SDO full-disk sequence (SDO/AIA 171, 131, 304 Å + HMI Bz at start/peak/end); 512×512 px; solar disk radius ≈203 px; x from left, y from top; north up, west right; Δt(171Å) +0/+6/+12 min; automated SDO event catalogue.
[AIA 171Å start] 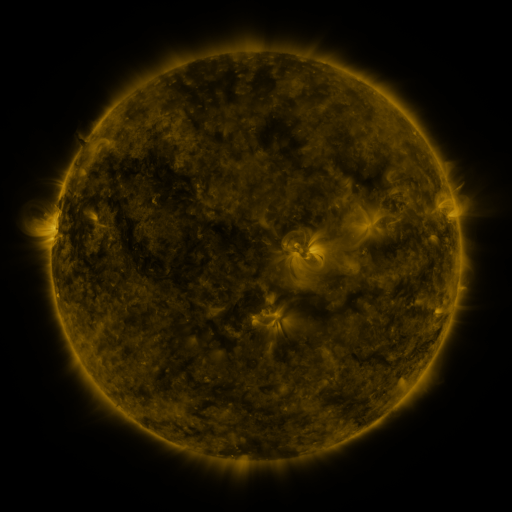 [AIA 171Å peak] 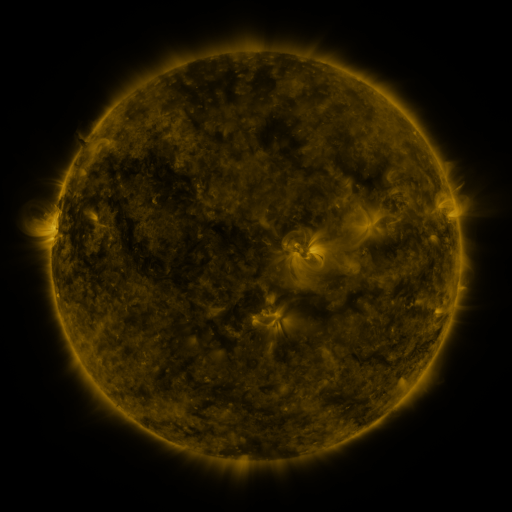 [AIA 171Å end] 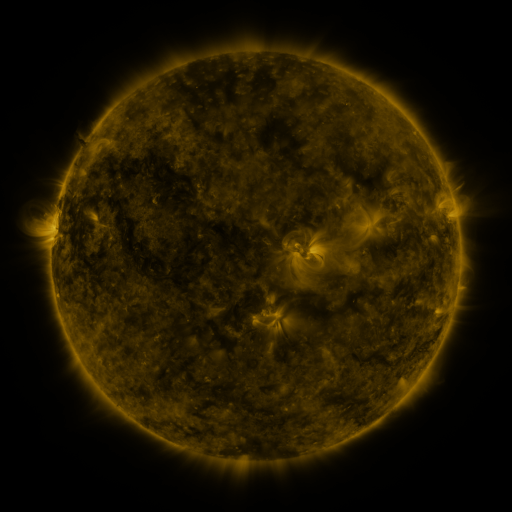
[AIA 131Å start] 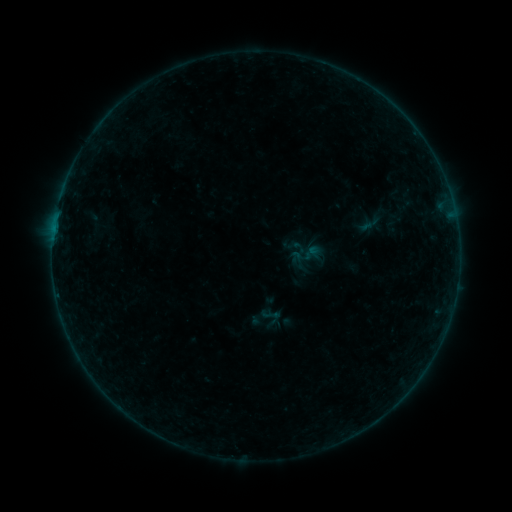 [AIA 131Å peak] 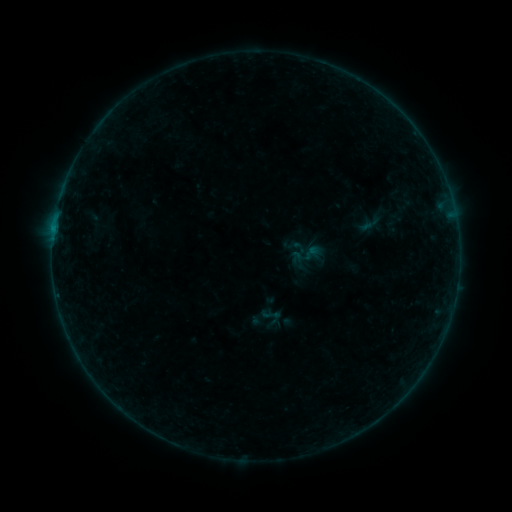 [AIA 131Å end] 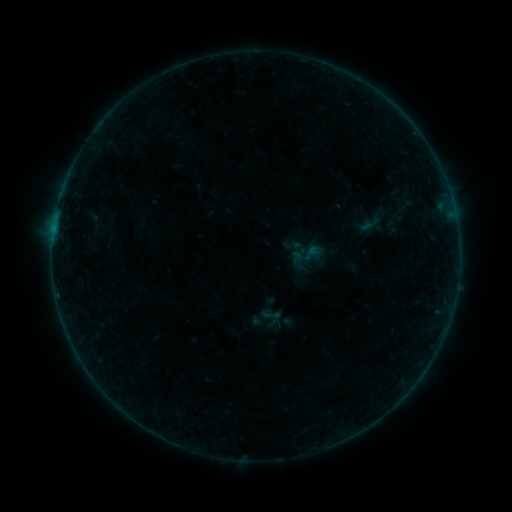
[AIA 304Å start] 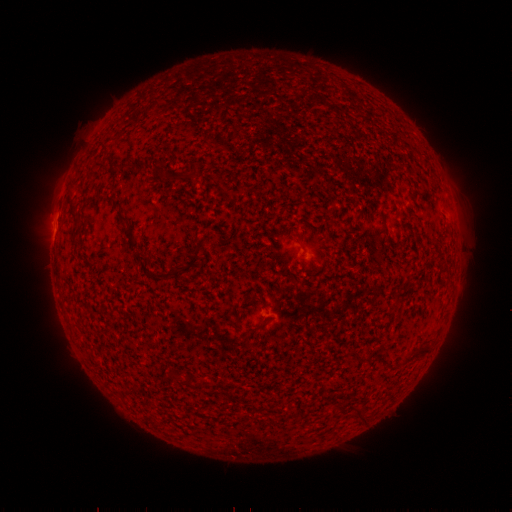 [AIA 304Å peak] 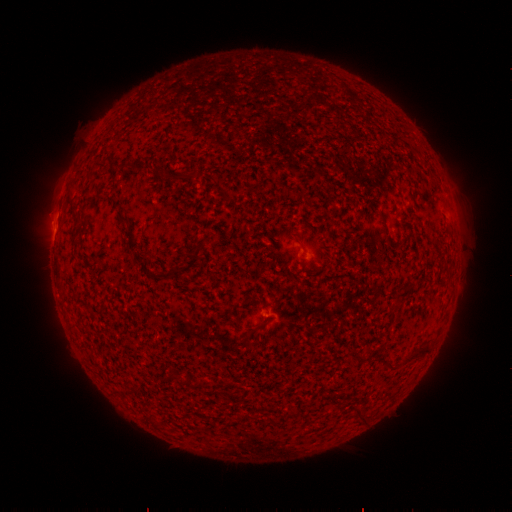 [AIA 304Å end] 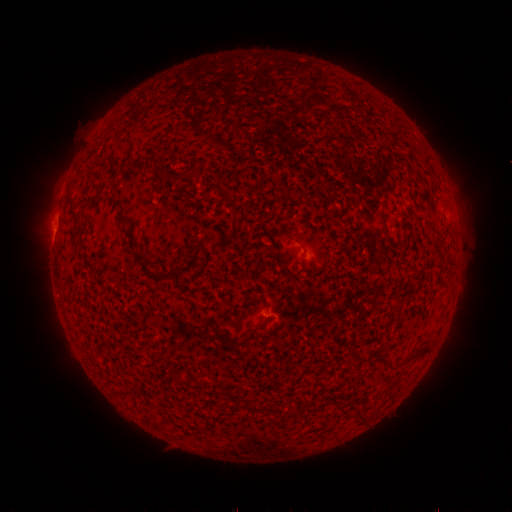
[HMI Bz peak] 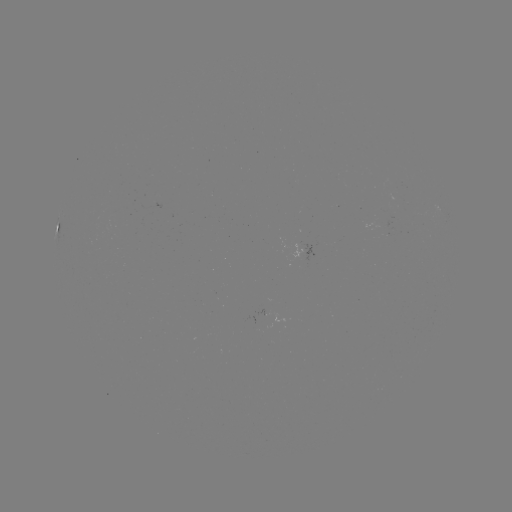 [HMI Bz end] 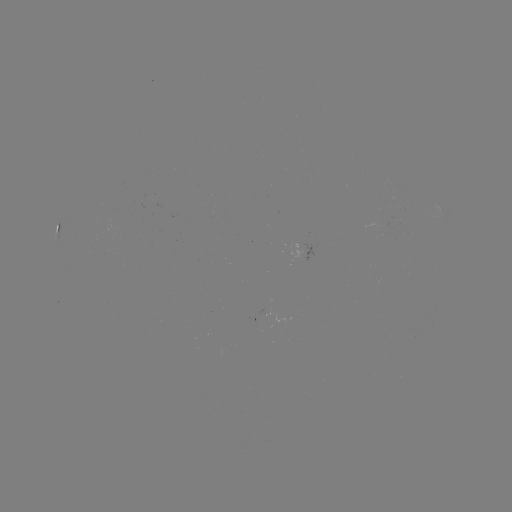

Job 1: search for B1.4 flare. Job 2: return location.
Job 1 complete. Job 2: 54,231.